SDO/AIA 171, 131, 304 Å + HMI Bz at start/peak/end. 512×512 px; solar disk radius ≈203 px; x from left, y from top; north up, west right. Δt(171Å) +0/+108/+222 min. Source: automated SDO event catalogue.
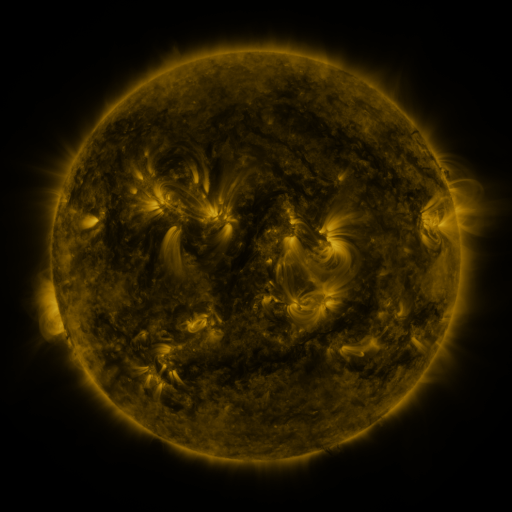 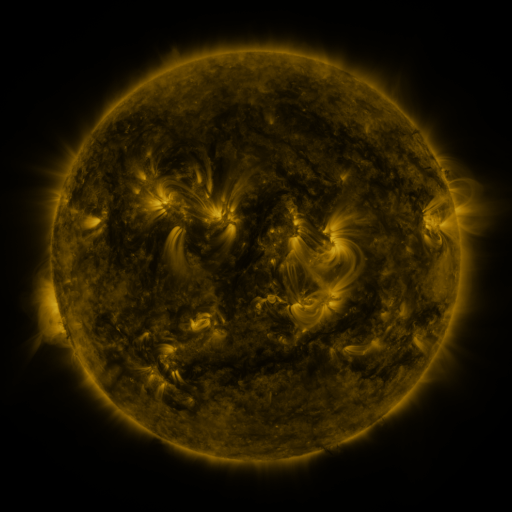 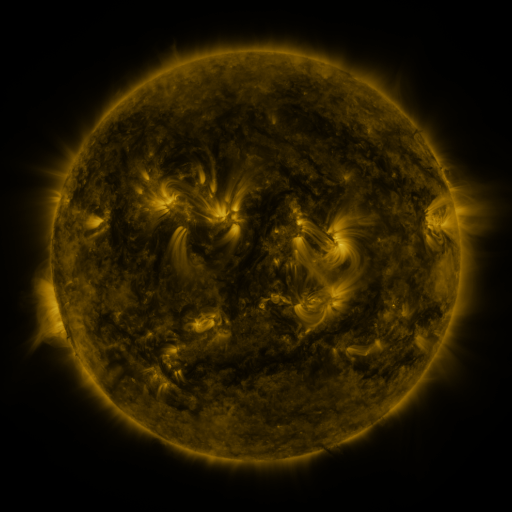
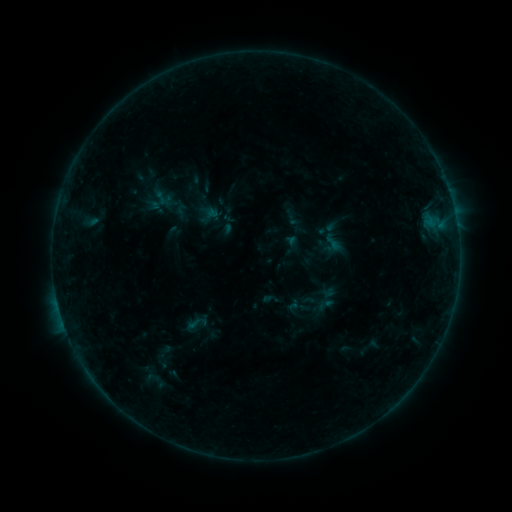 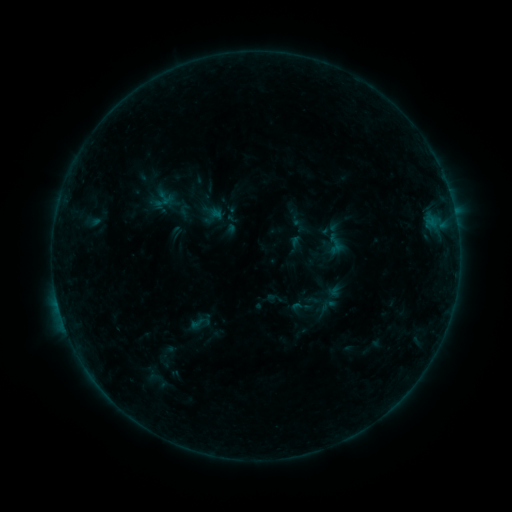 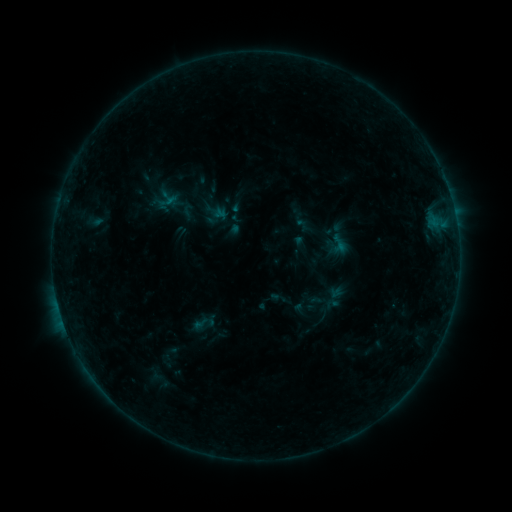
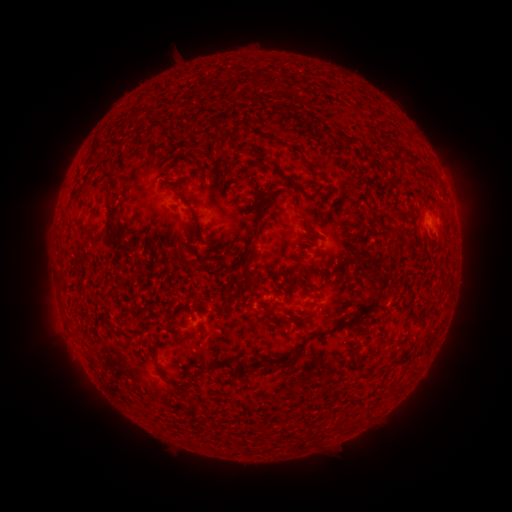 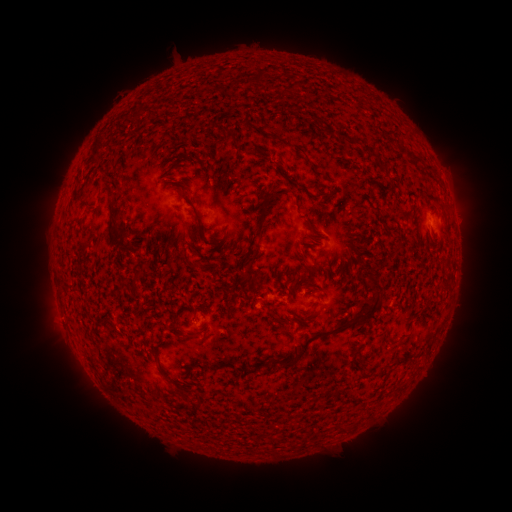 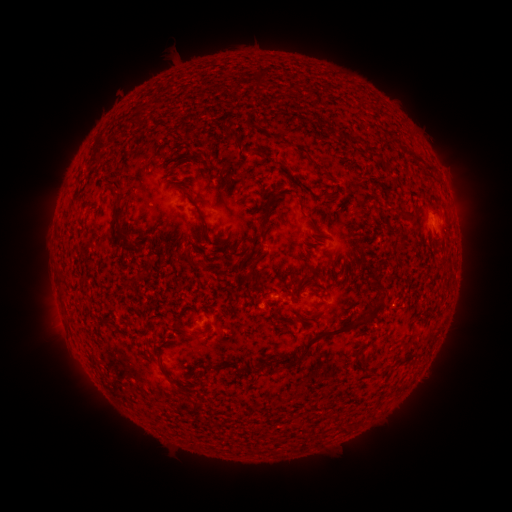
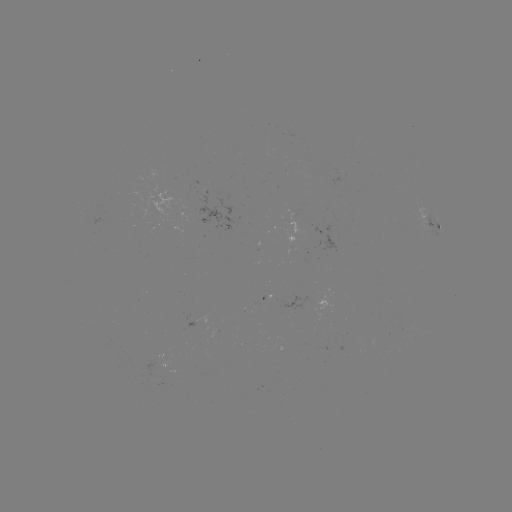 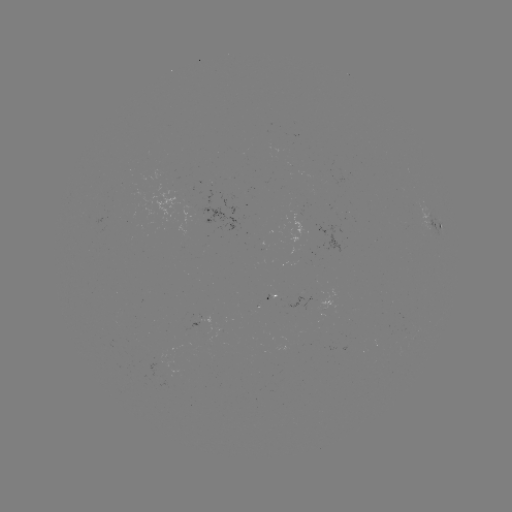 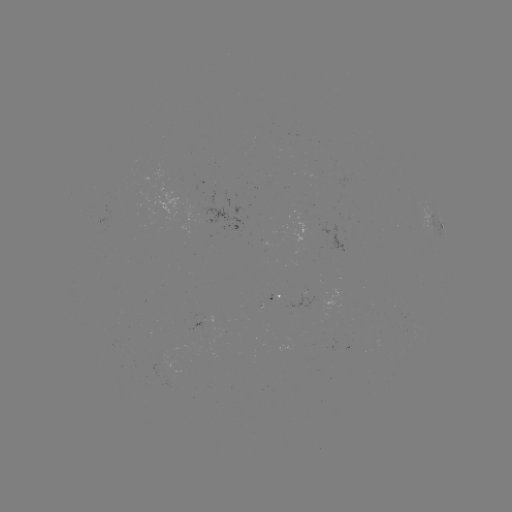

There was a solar filament eruption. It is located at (371, 274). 